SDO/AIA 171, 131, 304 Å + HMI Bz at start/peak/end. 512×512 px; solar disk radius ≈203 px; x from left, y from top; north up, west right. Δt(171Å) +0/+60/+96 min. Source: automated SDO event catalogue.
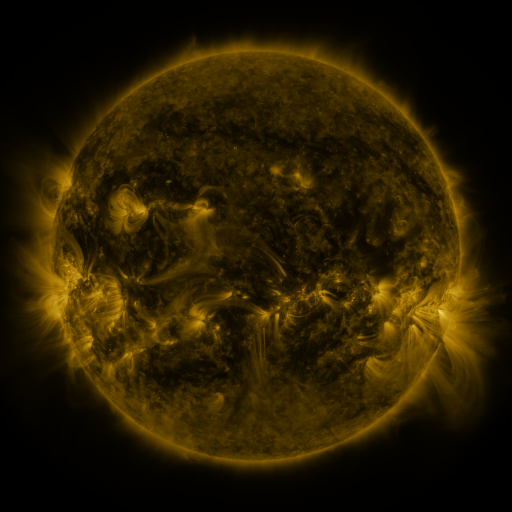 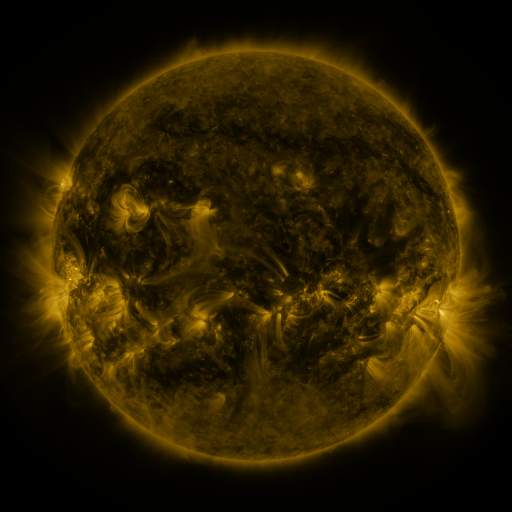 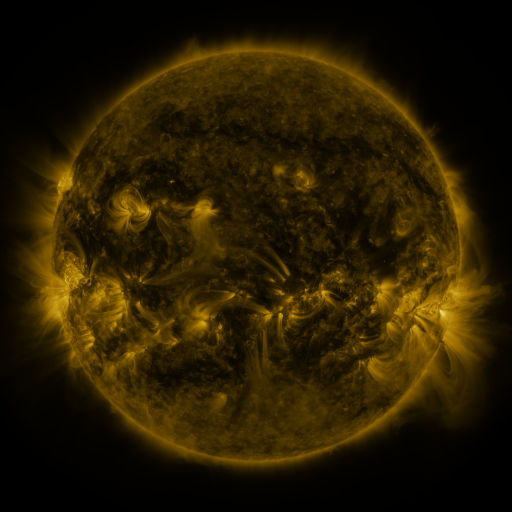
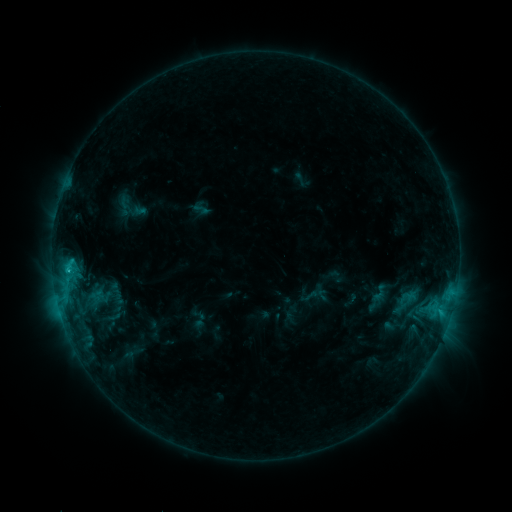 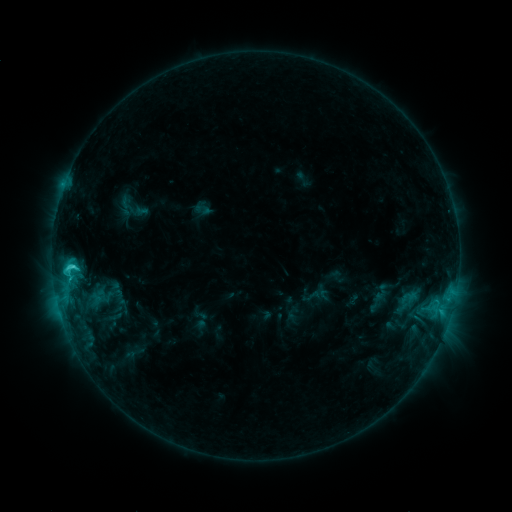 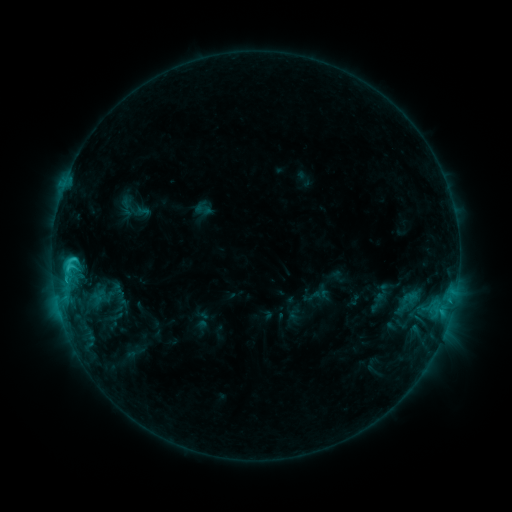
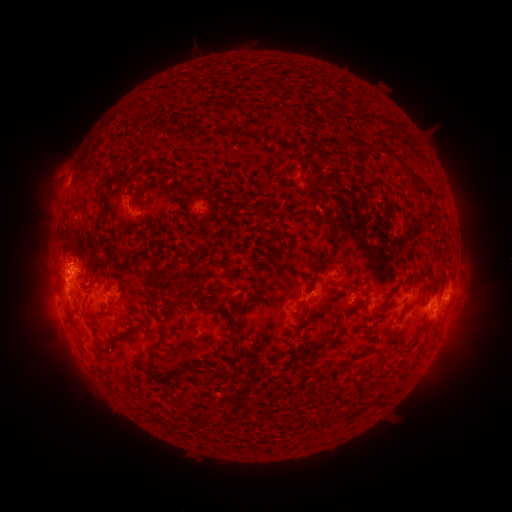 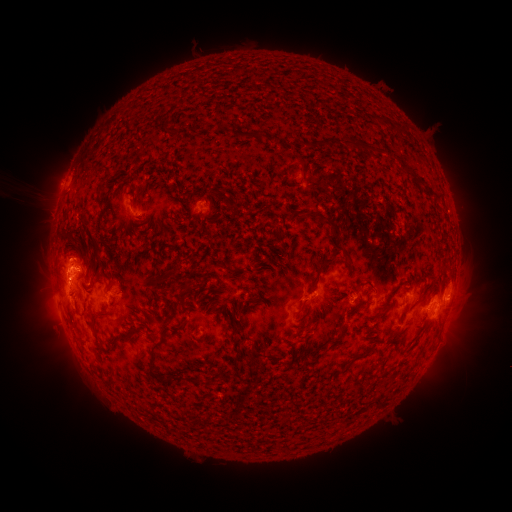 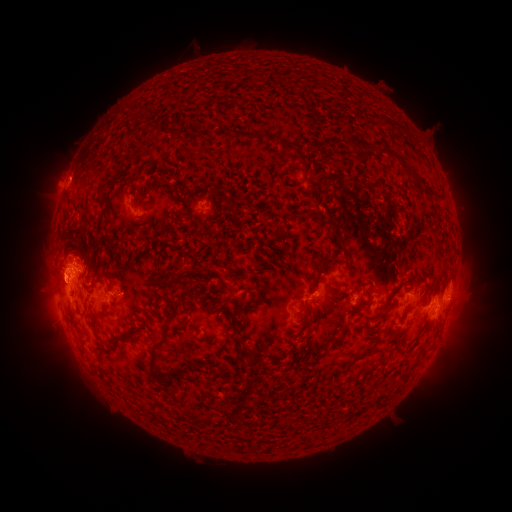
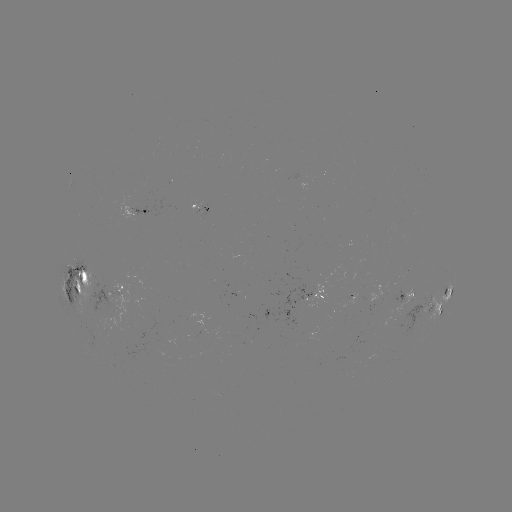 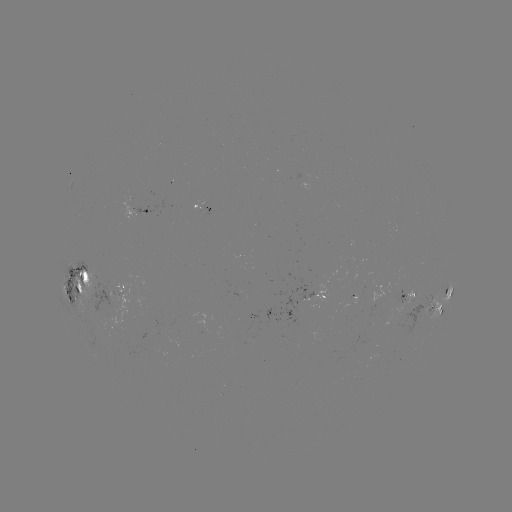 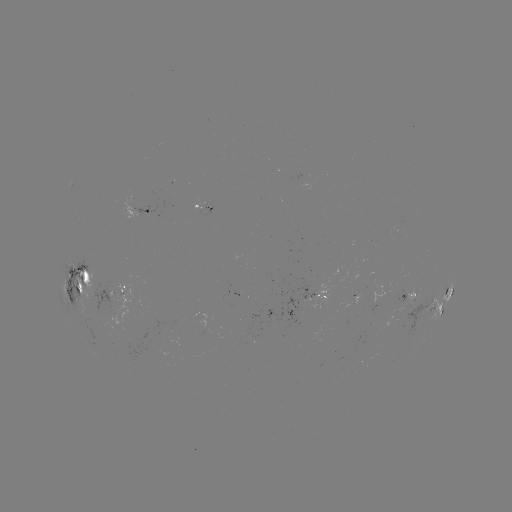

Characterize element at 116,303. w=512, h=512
emerging-flux region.